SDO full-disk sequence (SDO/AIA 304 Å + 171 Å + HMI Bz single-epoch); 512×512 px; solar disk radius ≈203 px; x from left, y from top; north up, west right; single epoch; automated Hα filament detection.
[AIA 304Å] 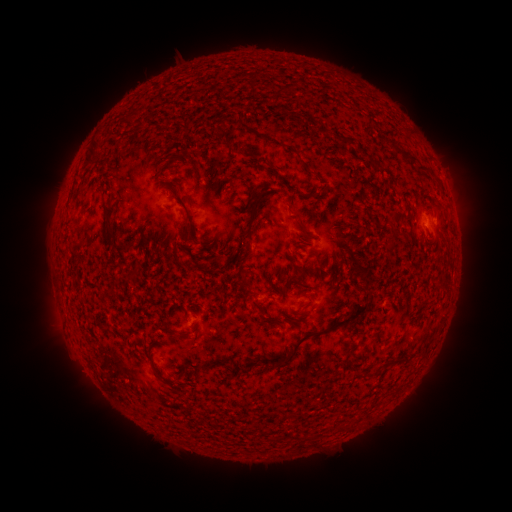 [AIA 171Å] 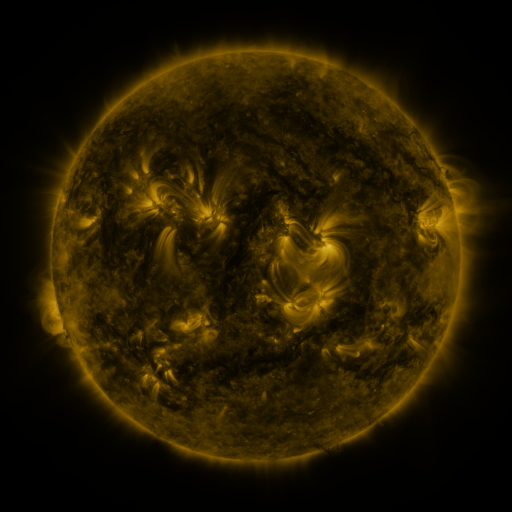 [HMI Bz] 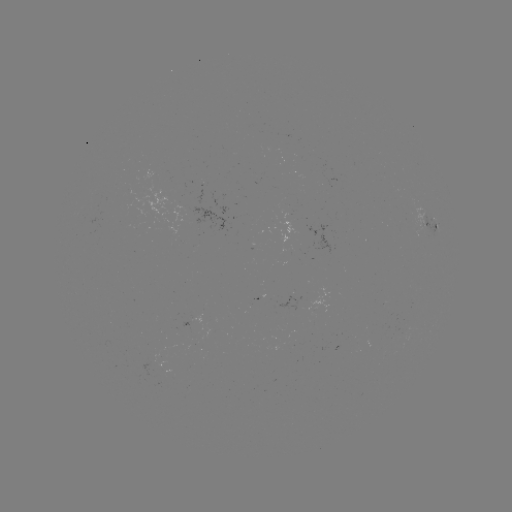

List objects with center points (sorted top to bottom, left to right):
filament: (285, 86)
filament: (130, 115)
filament: (319, 130)
filament: (339, 136)
filament: (224, 138)
filament: (265, 138)
filament: (361, 151)
filament: (406, 154)
filament: (91, 155)
filament: (422, 166)
filament: (313, 173)
filament: (385, 183)
filament: (256, 194)
filament: (288, 205)
filament: (182, 206)
filament: (400, 214)
filament: (298, 220)
filament: (109, 224)
filament: (246, 239)
filament: (391, 243)
filament: (123, 250)
filament: (352, 260)
filament: (184, 265)
filament: (135, 274)
filament: (284, 282)
filament: (110, 294)
filament: (306, 304)
filament: (167, 327)
filament: (318, 331)
filament: (200, 366)
filament: (158, 375)
filament: (176, 392)
